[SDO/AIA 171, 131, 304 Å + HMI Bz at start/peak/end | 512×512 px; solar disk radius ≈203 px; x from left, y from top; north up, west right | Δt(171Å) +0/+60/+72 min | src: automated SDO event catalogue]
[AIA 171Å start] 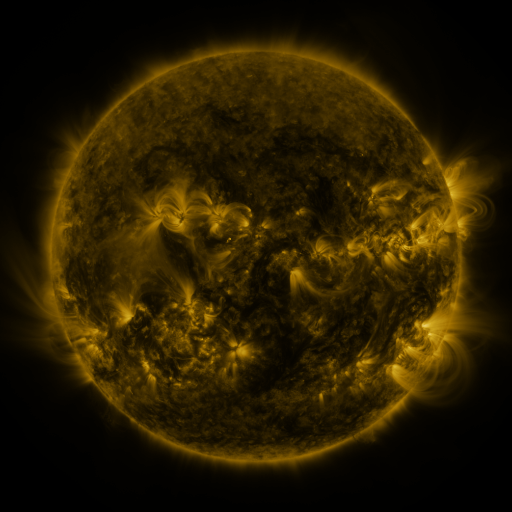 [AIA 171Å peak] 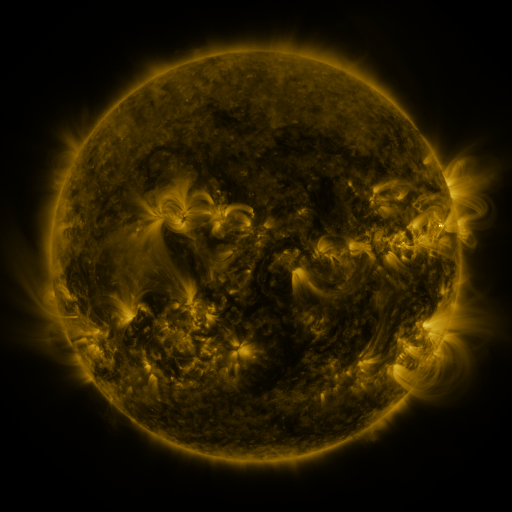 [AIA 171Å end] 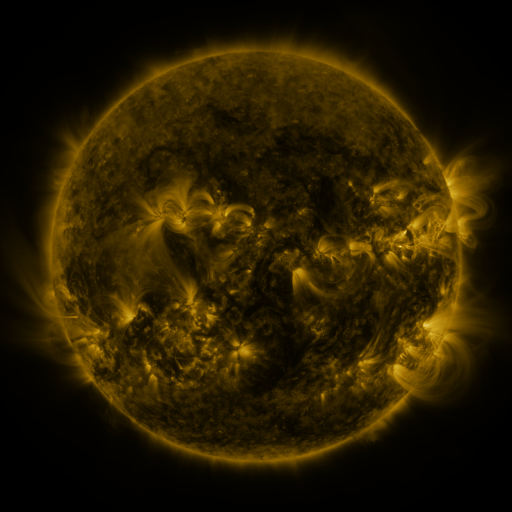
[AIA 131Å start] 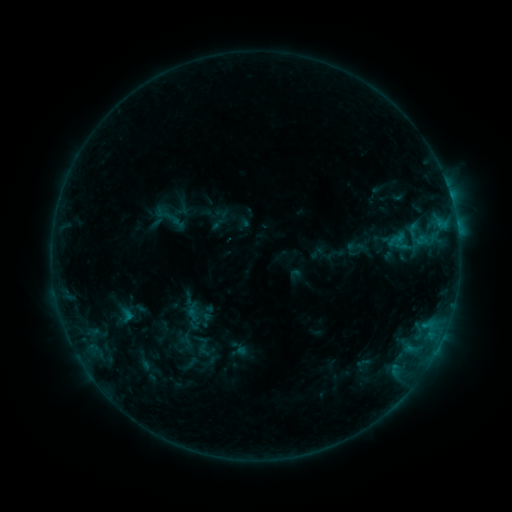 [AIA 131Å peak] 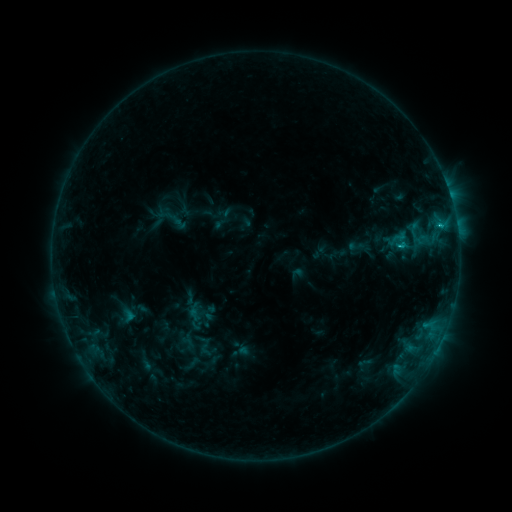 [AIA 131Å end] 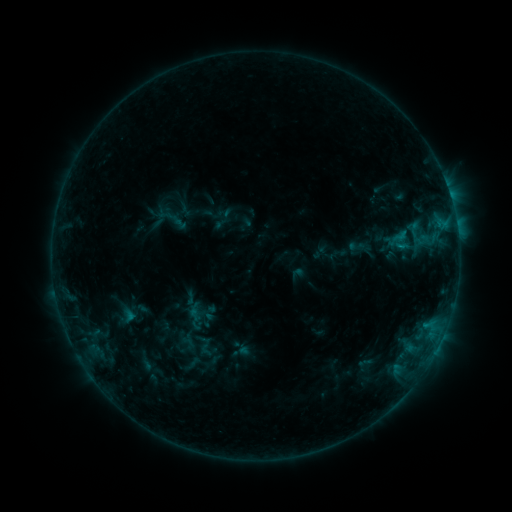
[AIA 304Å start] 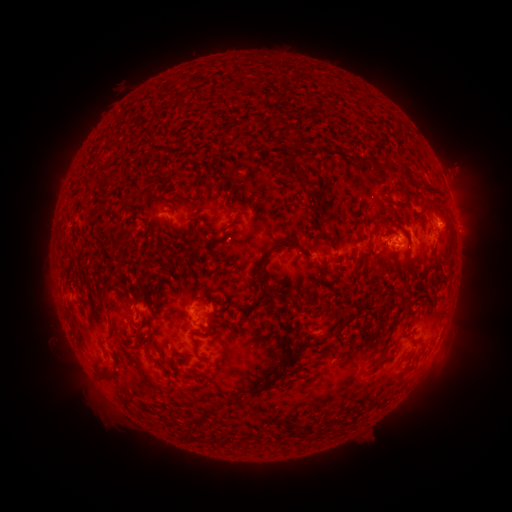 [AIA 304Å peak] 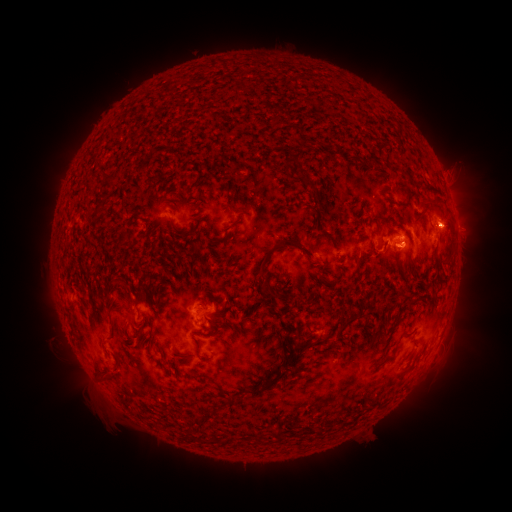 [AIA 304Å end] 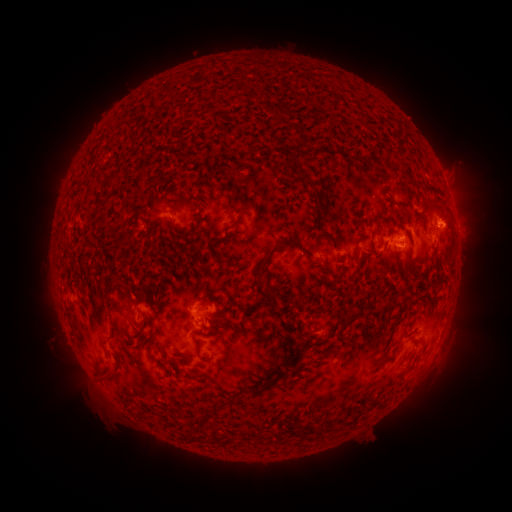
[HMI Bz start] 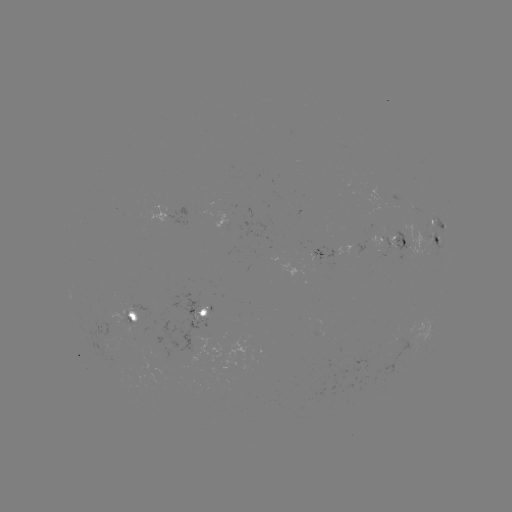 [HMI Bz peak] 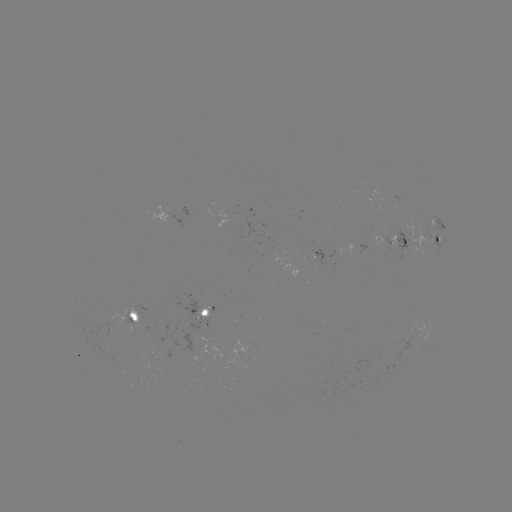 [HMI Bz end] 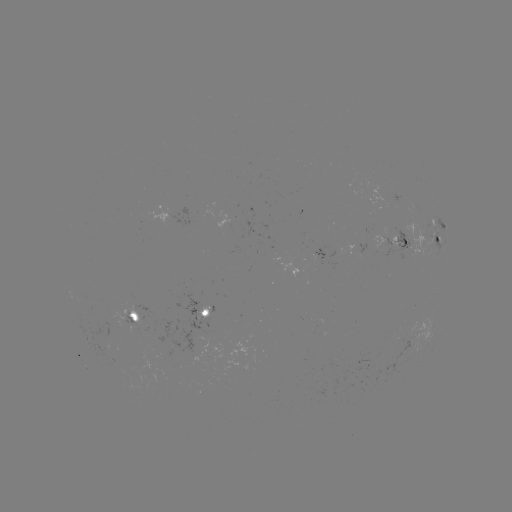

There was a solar emerging-flux region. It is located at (354, 250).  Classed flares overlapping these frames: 2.